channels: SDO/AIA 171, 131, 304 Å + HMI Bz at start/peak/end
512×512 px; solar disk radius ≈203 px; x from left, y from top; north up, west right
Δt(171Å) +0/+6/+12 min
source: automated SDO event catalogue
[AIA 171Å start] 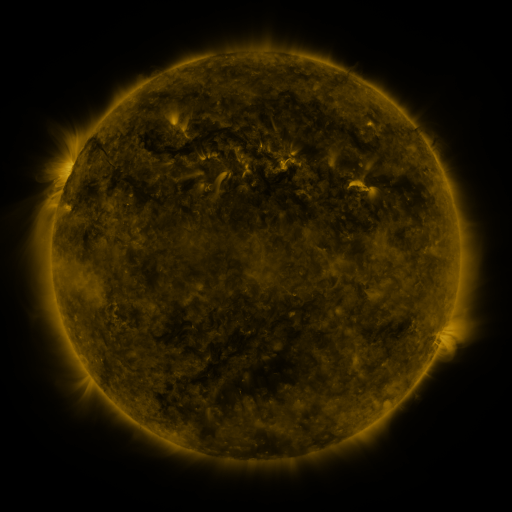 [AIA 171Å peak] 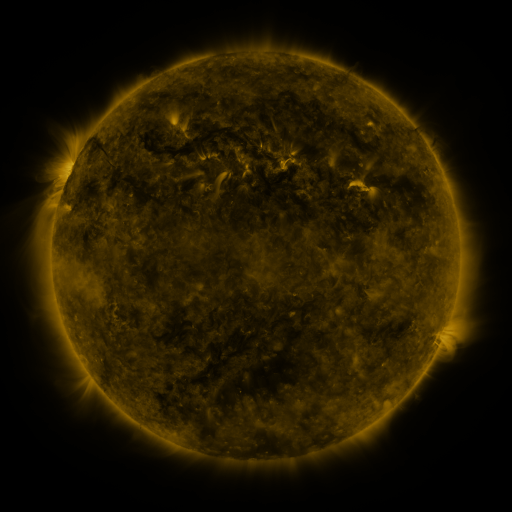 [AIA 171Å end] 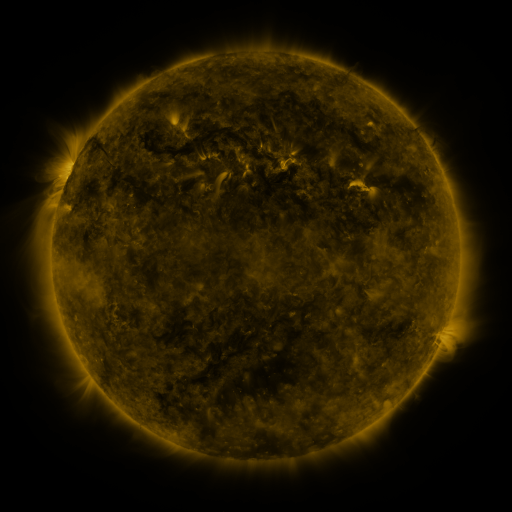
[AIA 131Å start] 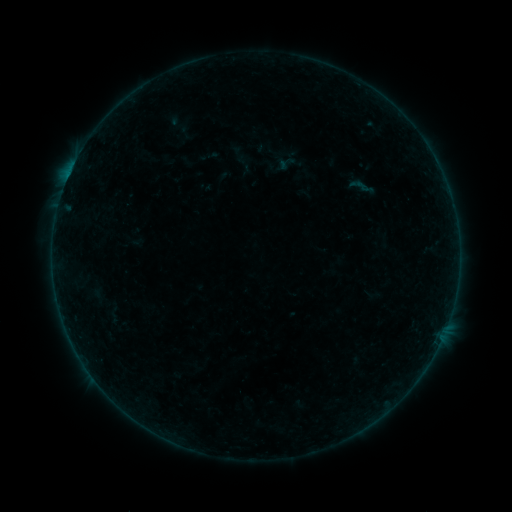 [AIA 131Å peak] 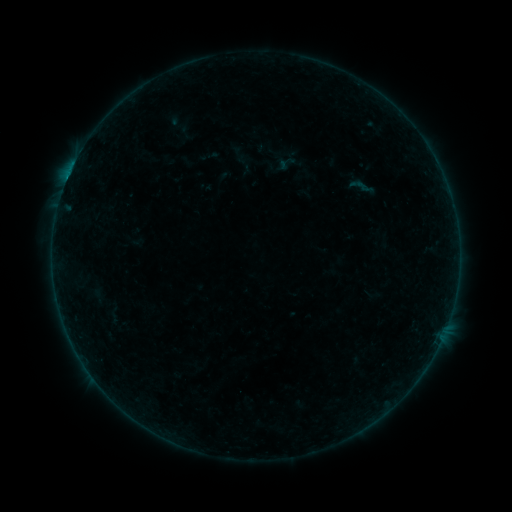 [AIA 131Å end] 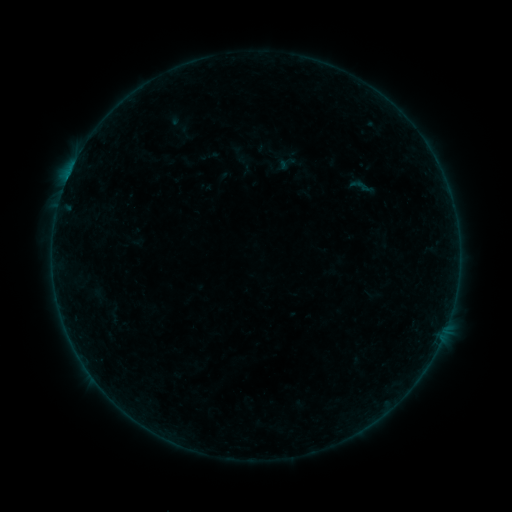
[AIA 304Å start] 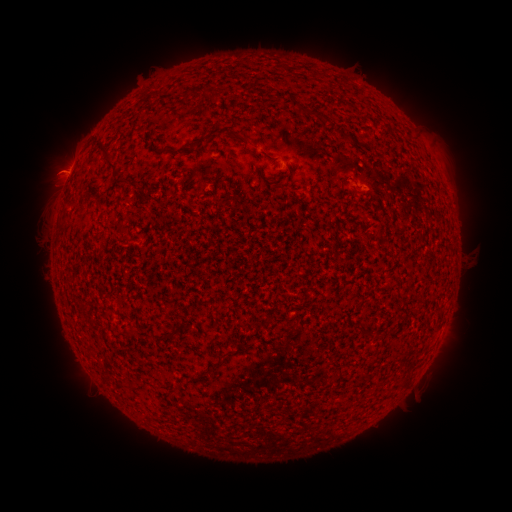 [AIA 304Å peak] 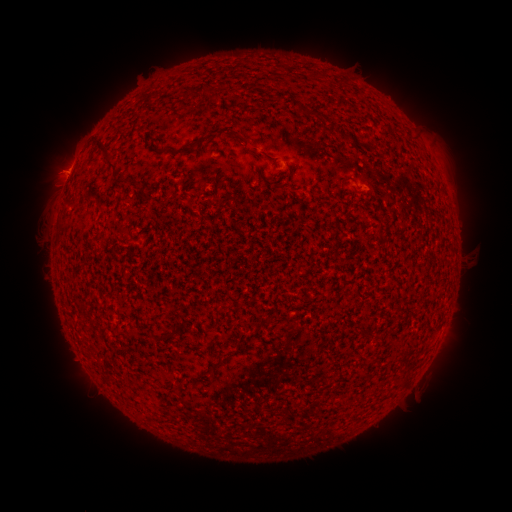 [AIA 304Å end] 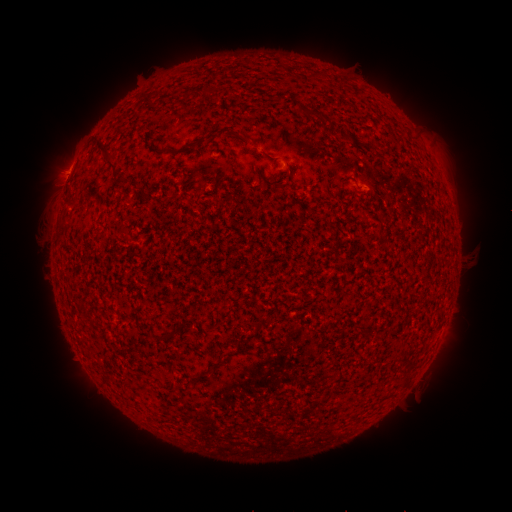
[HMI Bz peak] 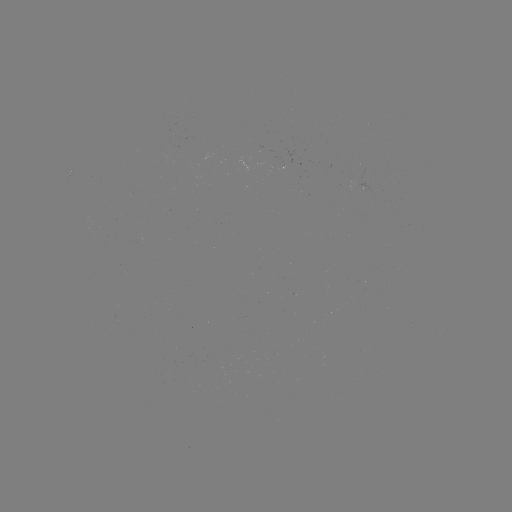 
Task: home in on B2.6 flare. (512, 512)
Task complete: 70,172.